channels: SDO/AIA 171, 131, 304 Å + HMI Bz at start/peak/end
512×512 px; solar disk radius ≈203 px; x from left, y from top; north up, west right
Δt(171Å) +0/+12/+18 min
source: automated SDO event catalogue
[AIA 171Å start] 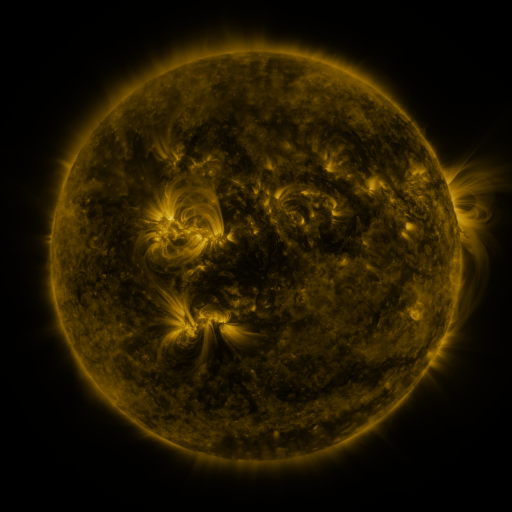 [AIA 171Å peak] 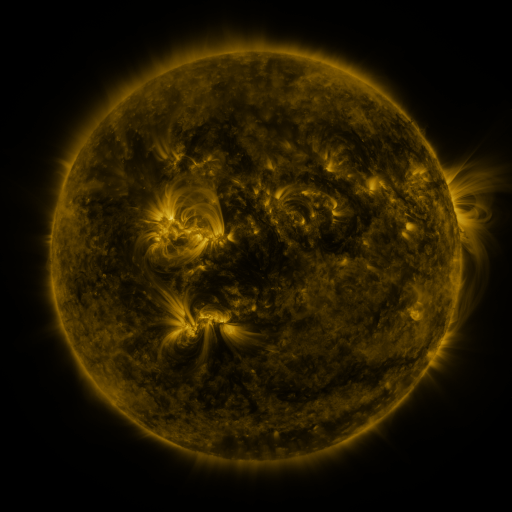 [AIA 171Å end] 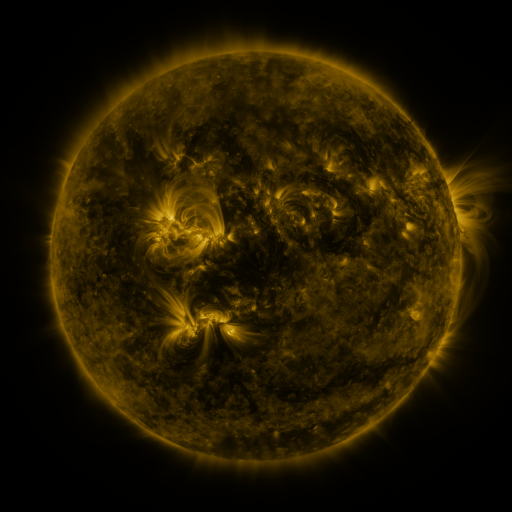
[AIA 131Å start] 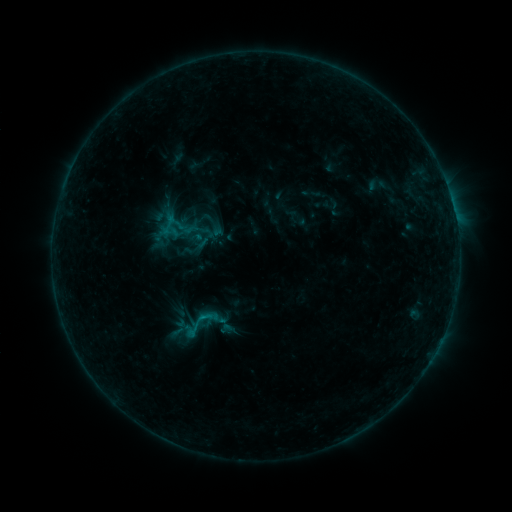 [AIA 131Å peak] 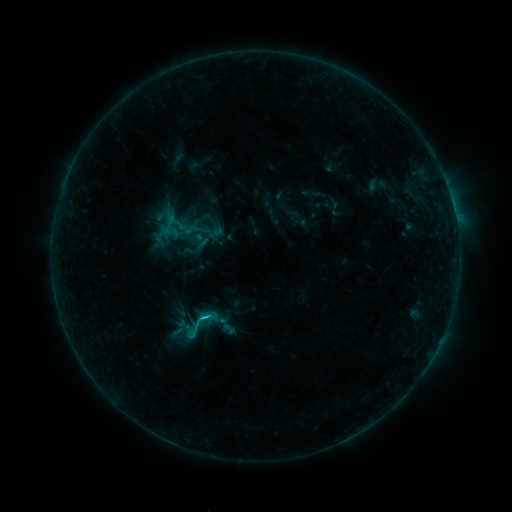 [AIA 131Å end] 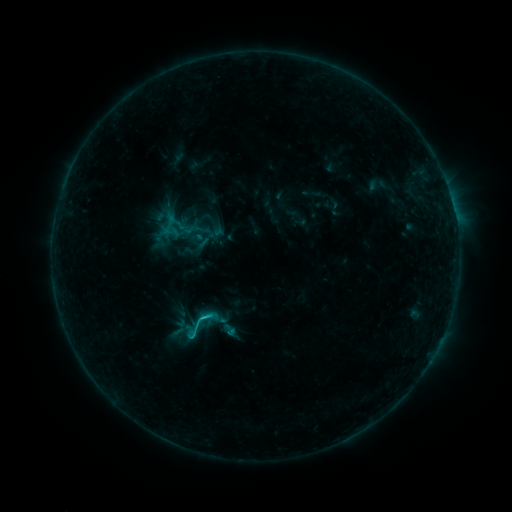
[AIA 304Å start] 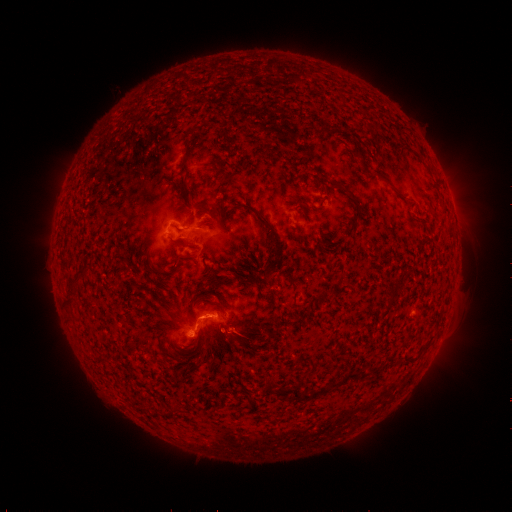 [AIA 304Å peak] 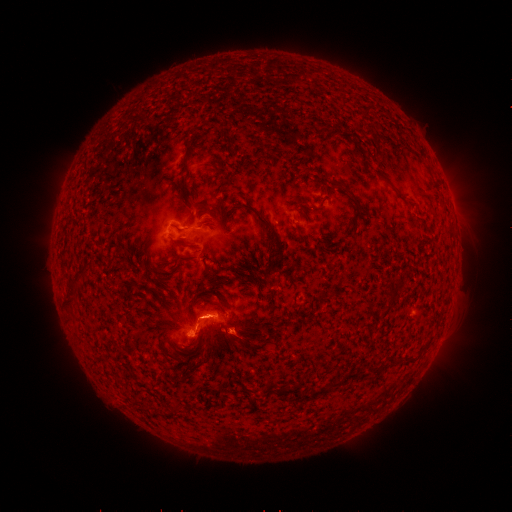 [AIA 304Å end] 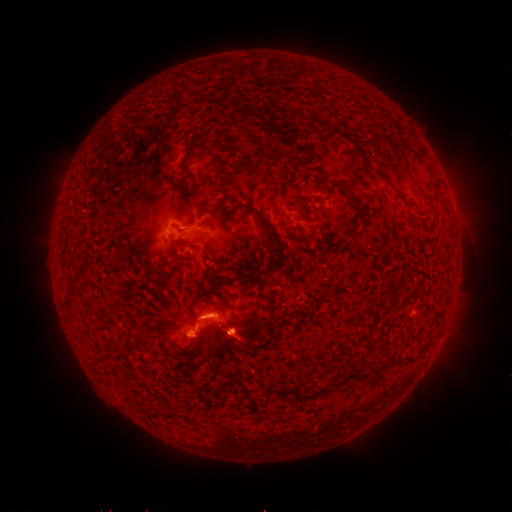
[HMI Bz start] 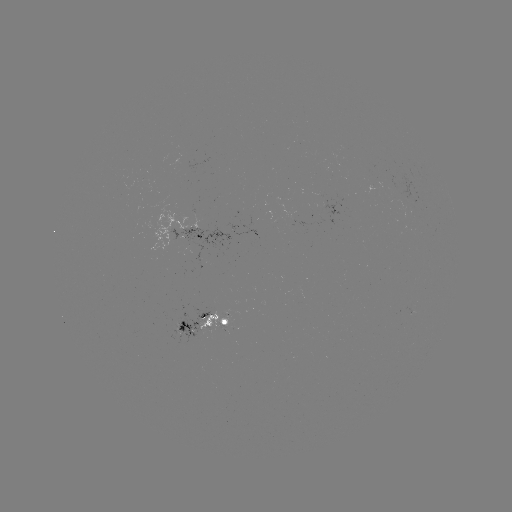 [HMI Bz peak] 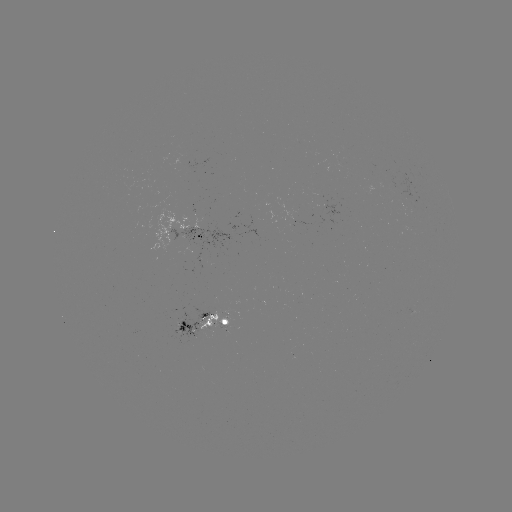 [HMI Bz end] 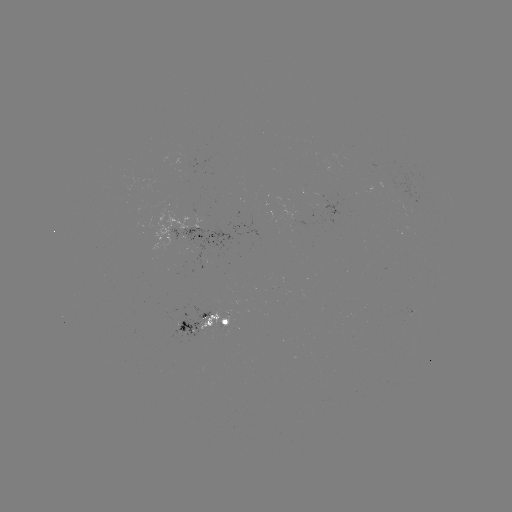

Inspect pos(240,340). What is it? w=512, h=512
eruption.